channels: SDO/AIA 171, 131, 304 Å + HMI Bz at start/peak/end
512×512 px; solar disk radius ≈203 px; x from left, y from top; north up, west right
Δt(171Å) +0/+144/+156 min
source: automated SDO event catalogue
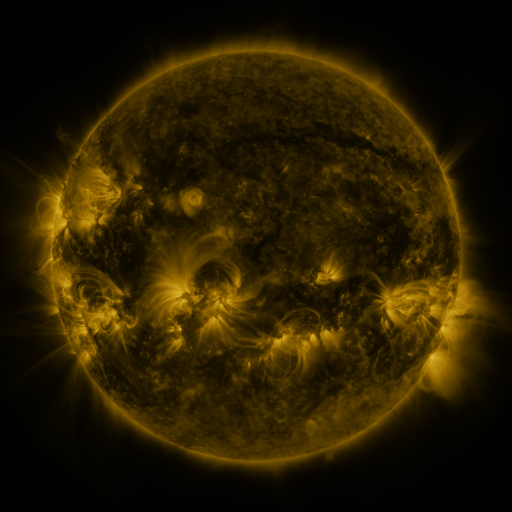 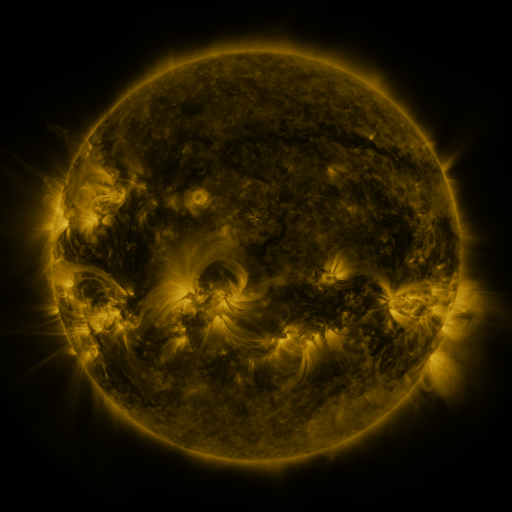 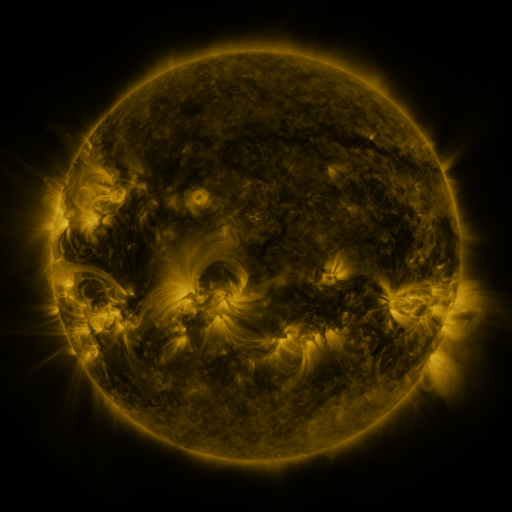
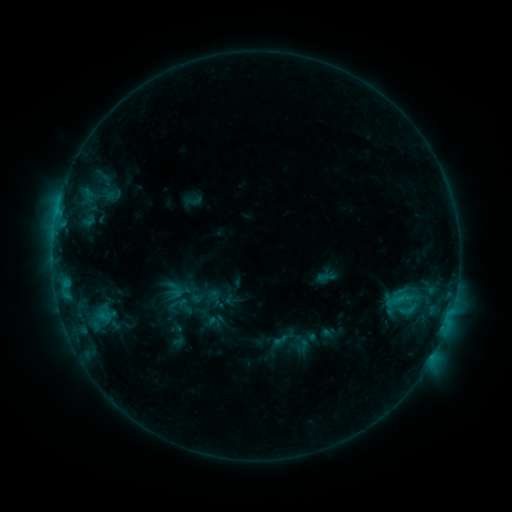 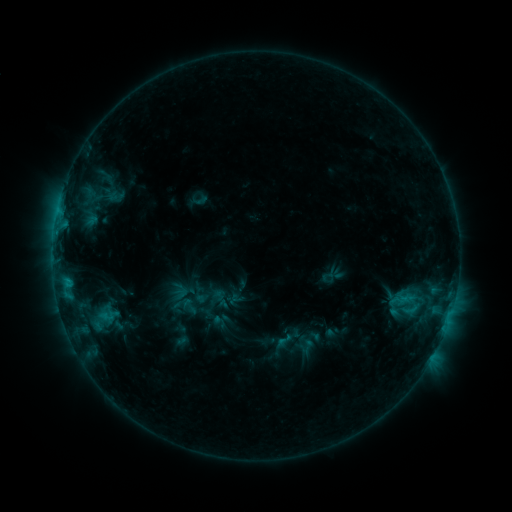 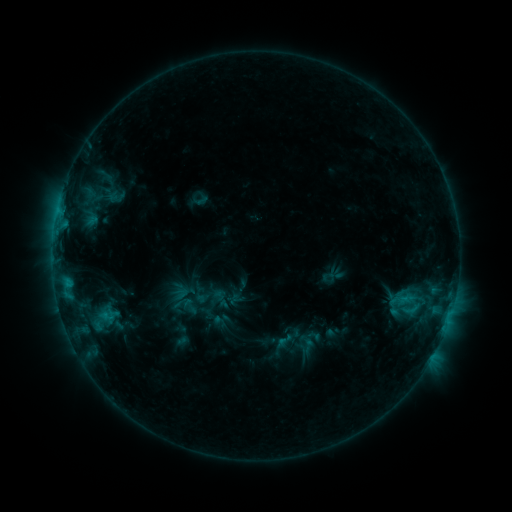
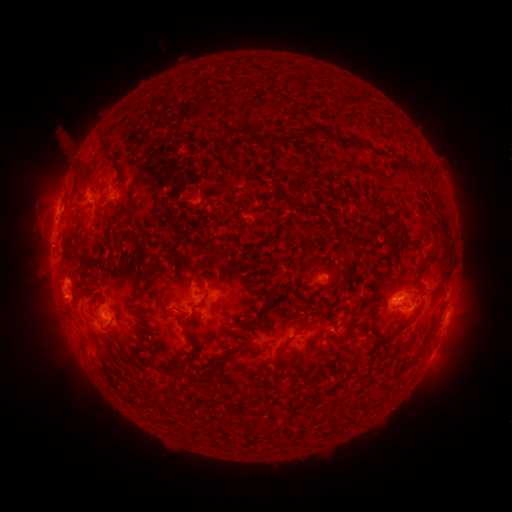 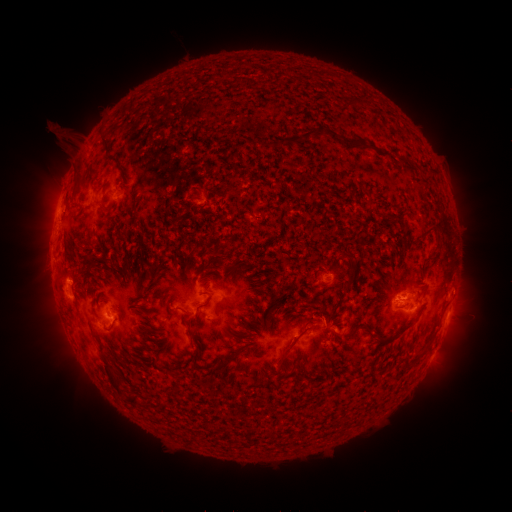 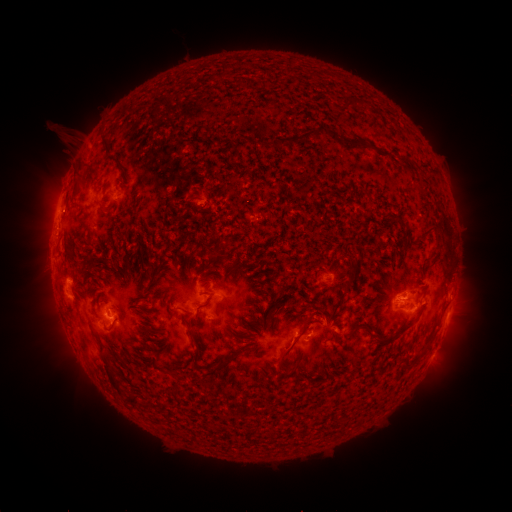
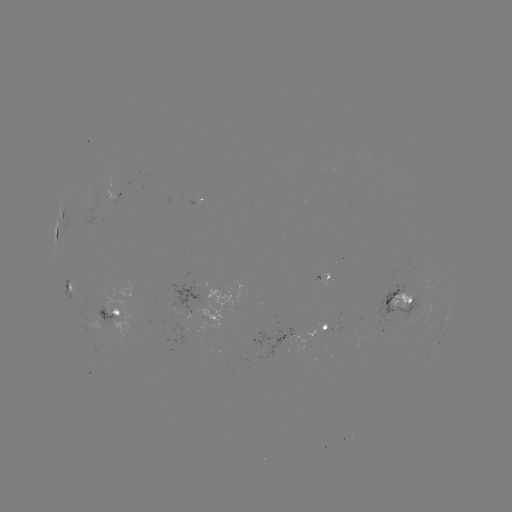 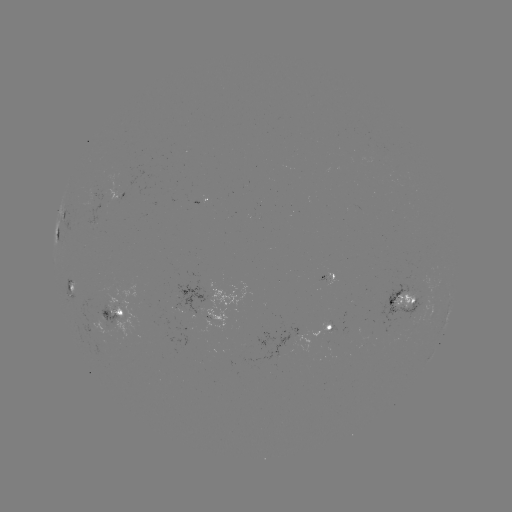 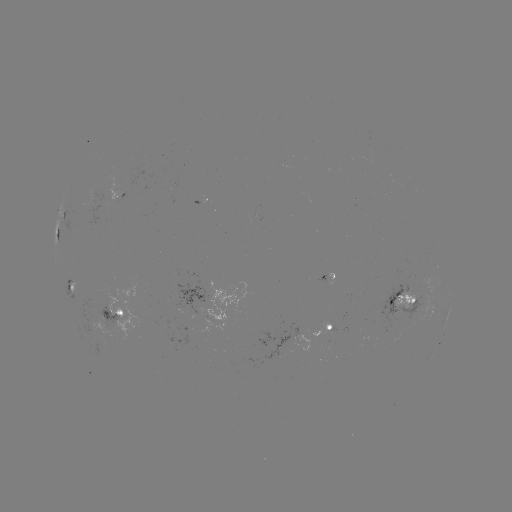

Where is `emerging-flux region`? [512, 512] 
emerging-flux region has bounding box [310, 322, 331, 339].